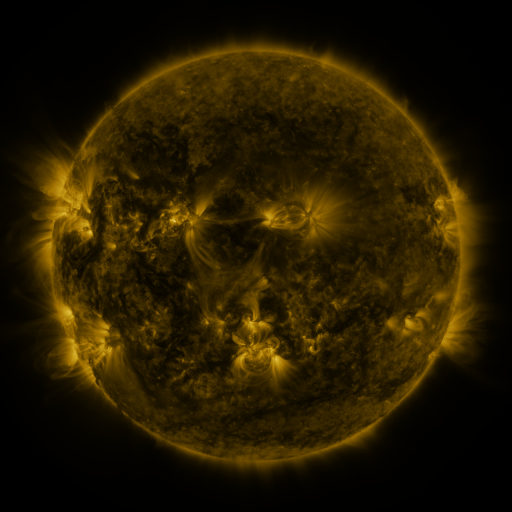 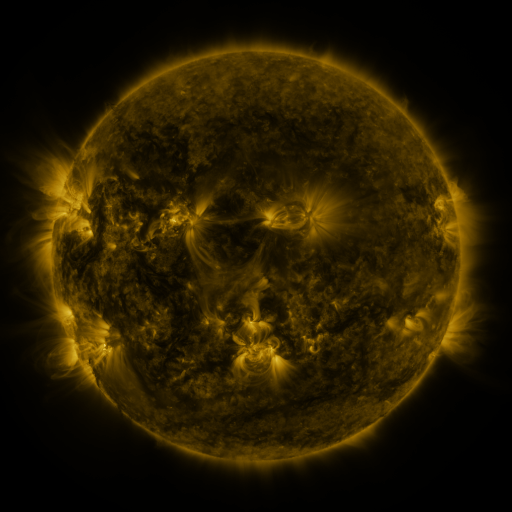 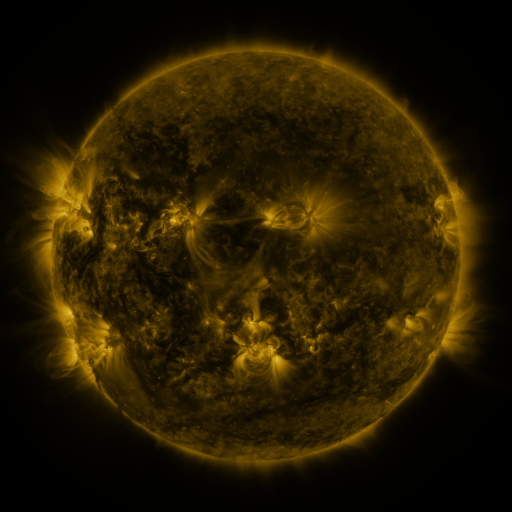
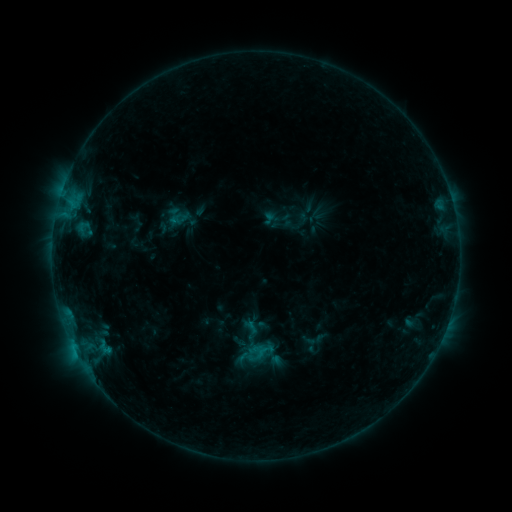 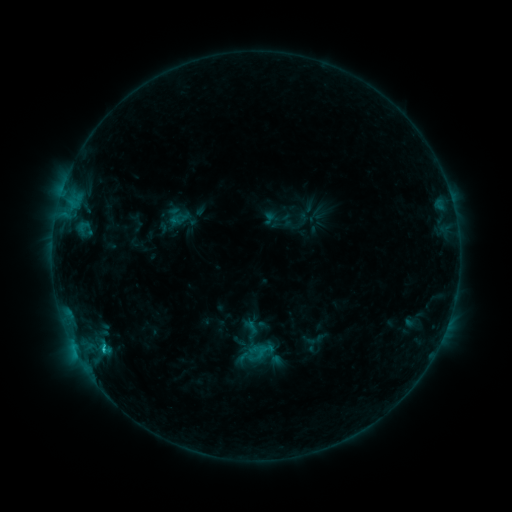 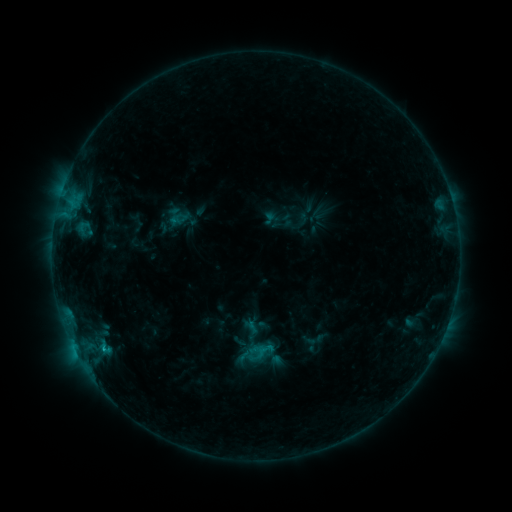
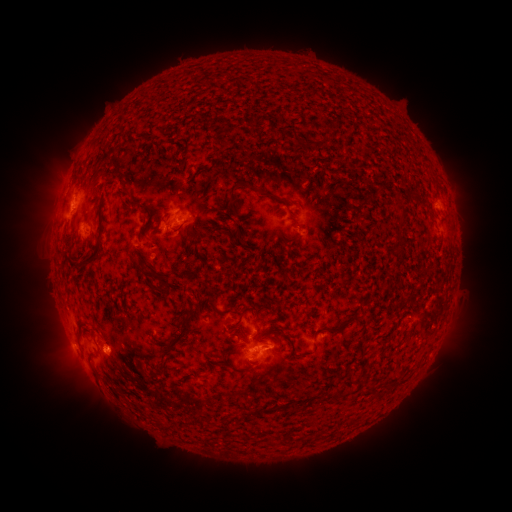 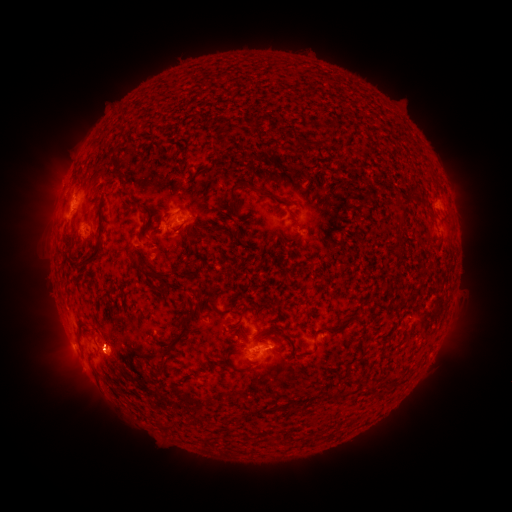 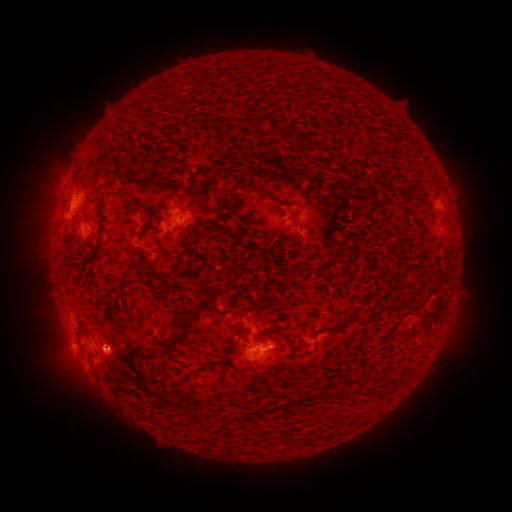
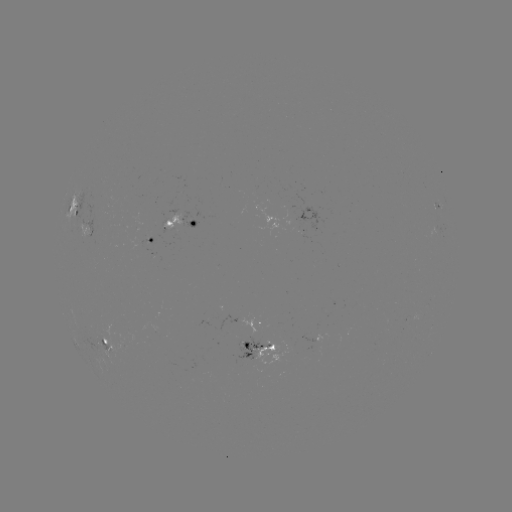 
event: flare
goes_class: B8.2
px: (103, 344)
